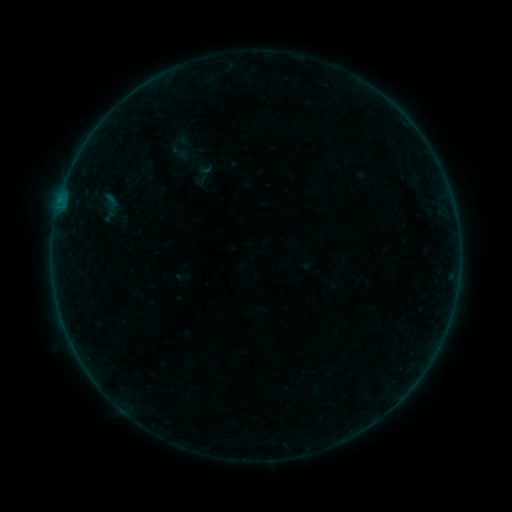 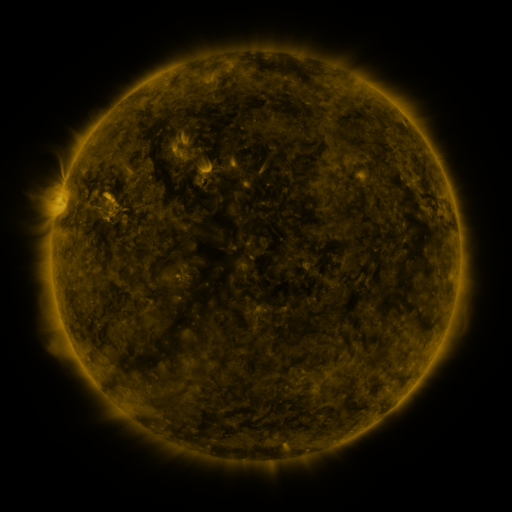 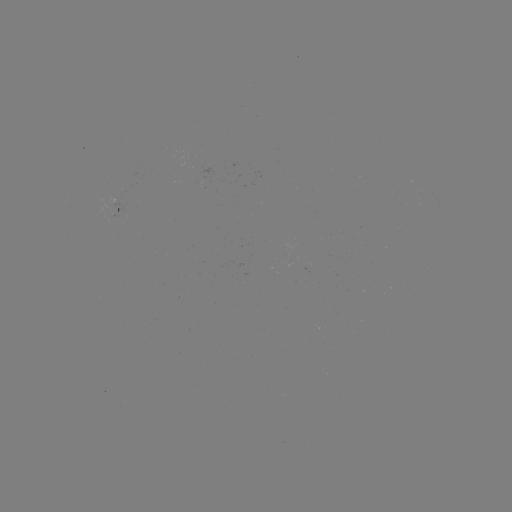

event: sigmoid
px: (180, 153)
